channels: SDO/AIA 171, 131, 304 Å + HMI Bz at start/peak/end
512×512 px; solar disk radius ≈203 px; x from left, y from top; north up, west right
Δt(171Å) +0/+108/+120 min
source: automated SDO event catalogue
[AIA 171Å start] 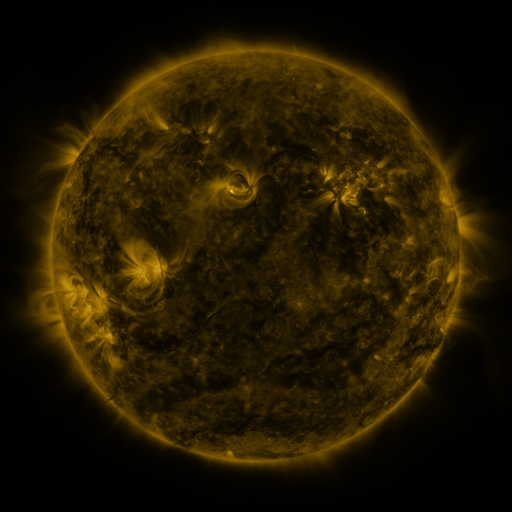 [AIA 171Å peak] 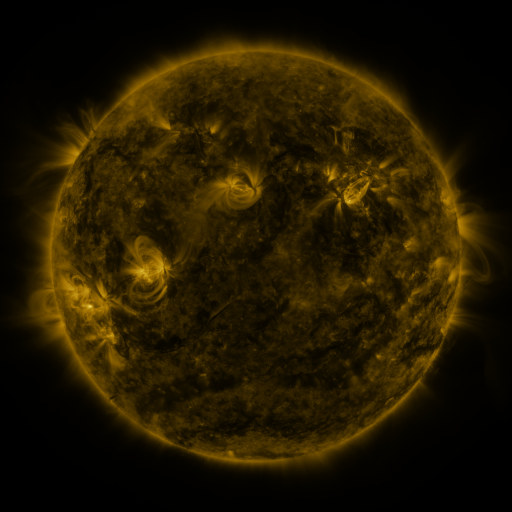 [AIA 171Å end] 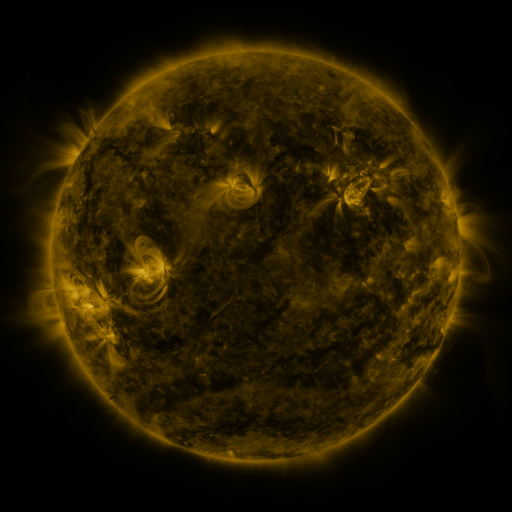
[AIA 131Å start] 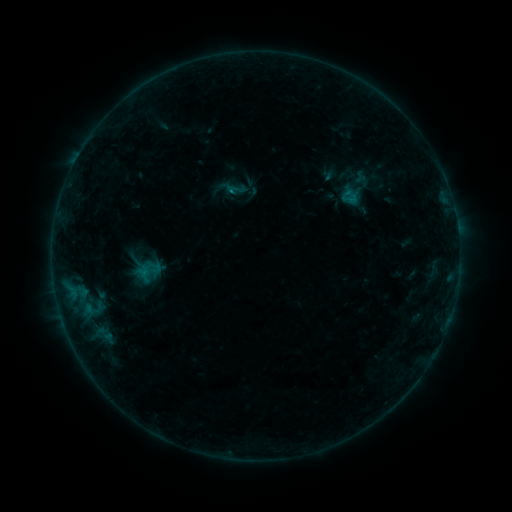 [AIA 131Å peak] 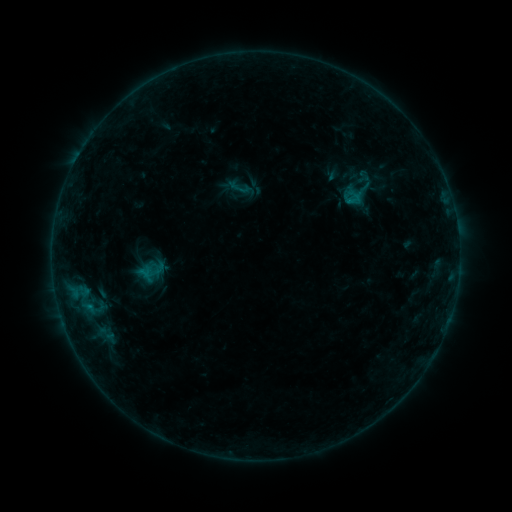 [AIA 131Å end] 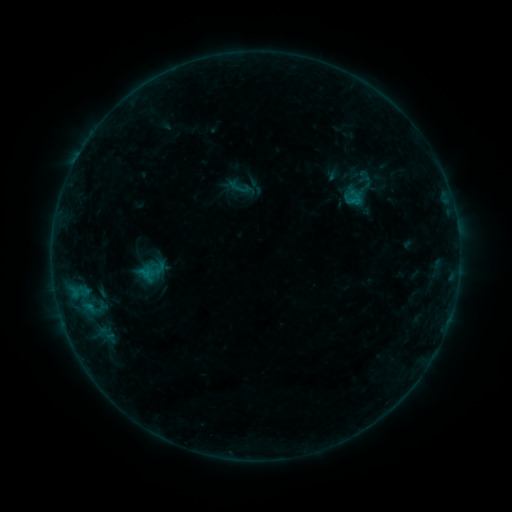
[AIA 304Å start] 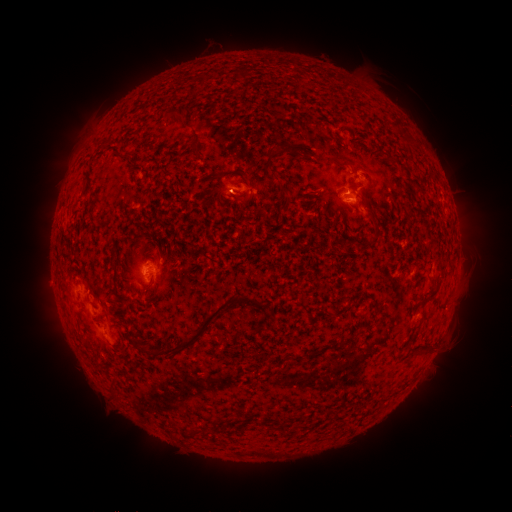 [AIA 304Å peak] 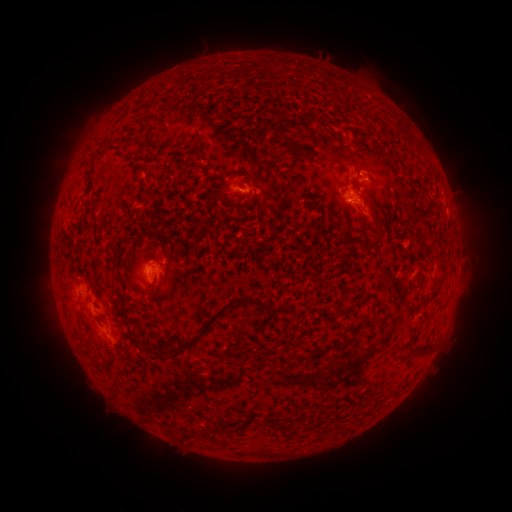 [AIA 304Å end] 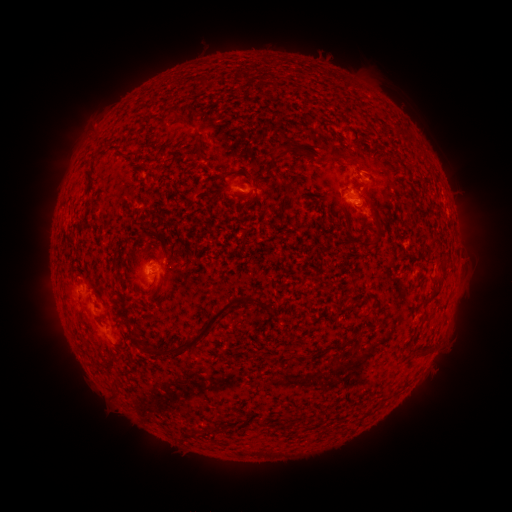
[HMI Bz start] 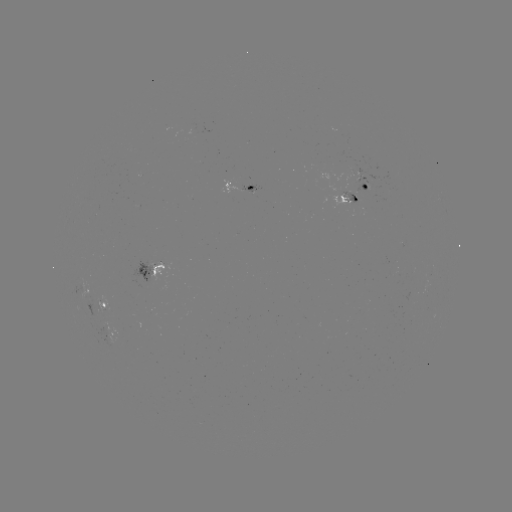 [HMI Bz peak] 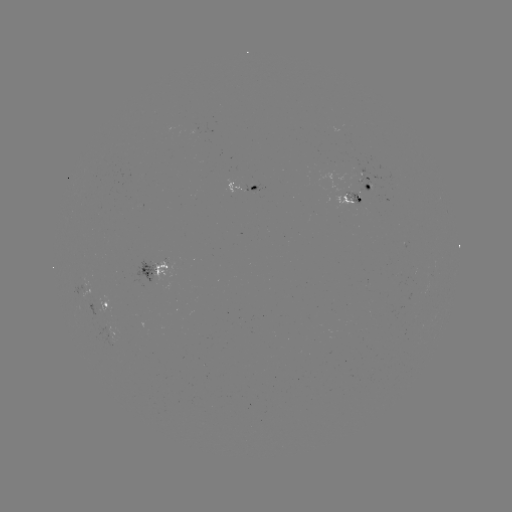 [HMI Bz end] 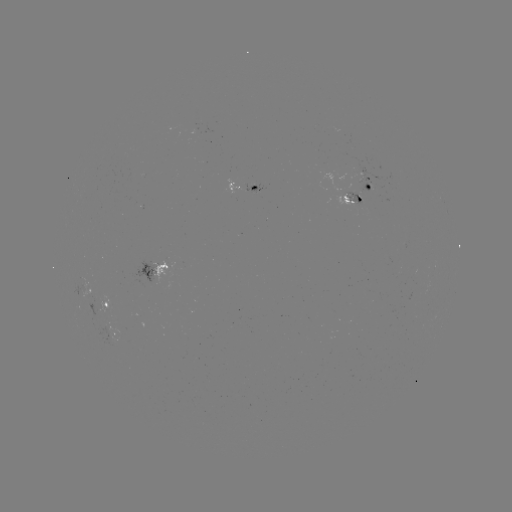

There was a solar emerging-flux region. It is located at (351, 187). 